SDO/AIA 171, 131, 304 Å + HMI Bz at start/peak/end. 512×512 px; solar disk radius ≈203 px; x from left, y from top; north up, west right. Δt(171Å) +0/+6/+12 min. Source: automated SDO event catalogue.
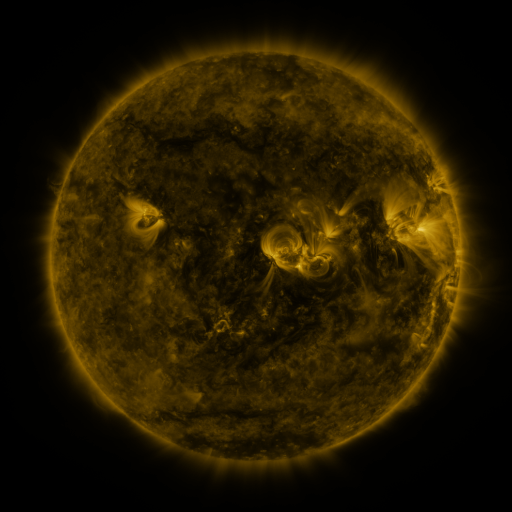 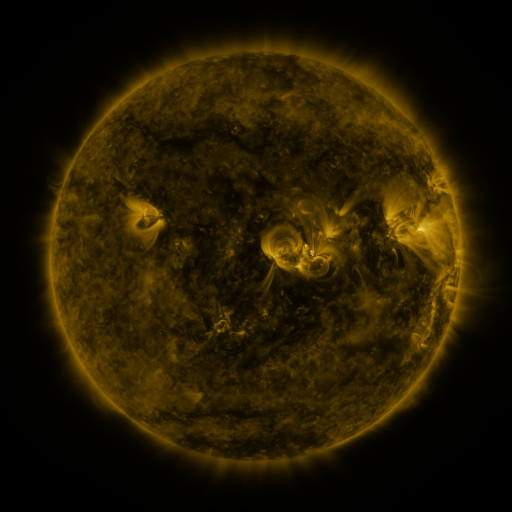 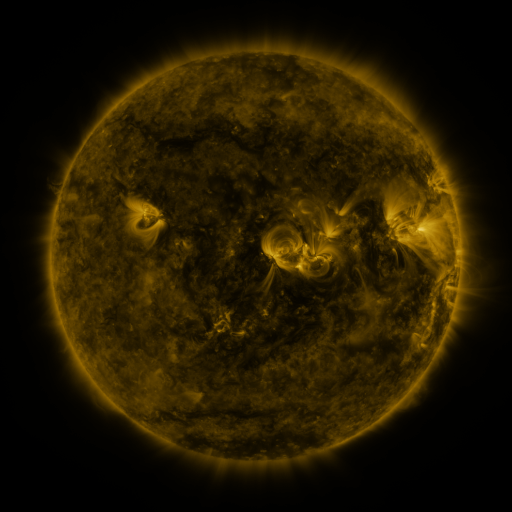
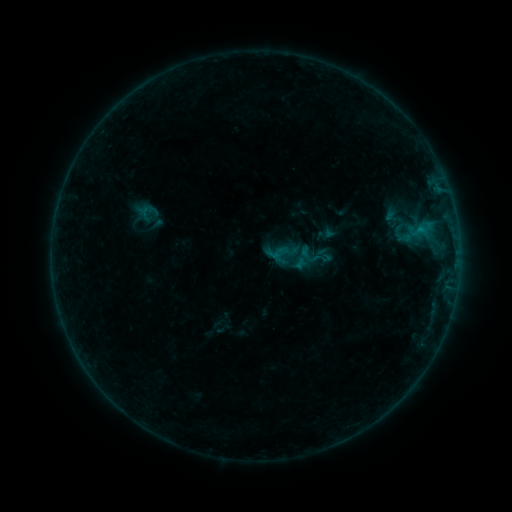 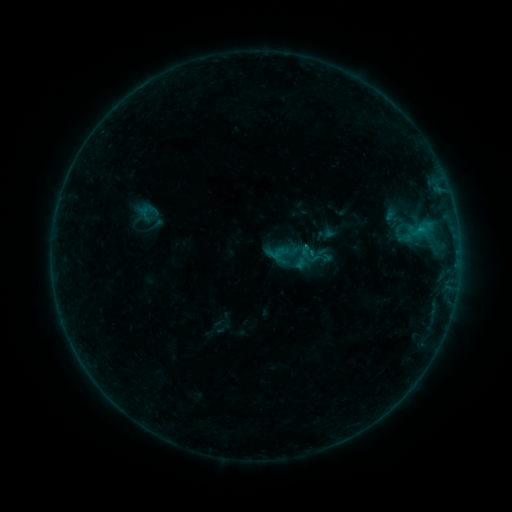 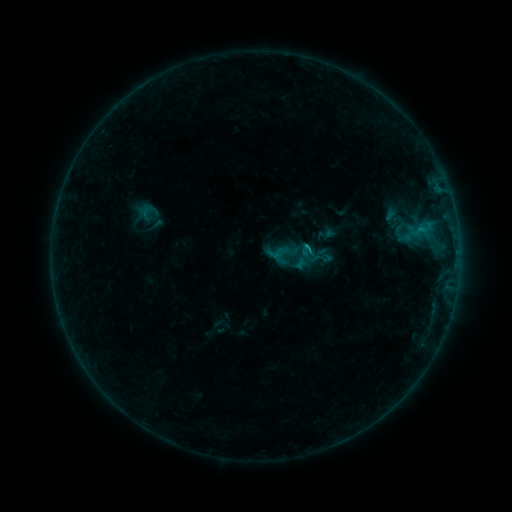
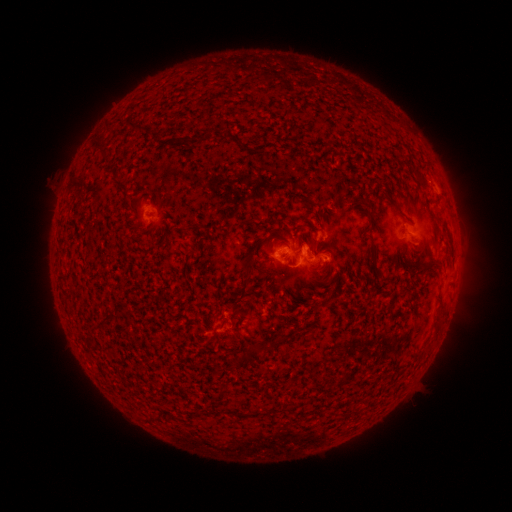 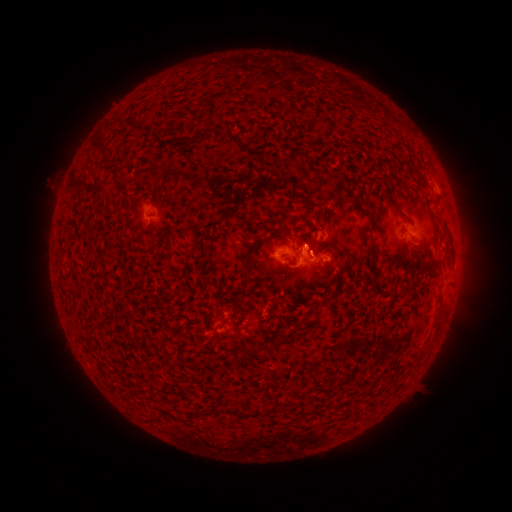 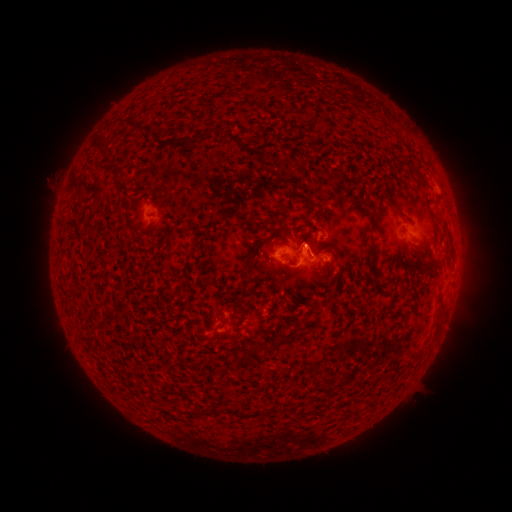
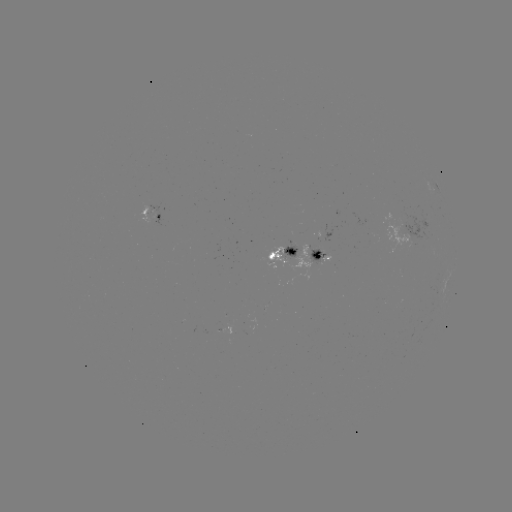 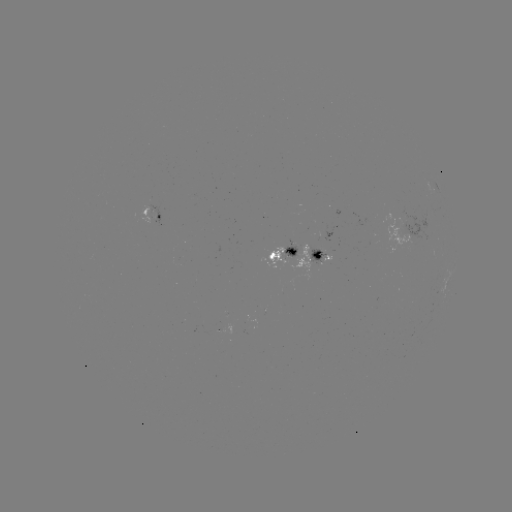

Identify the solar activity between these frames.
B5.6 flare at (305, 247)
